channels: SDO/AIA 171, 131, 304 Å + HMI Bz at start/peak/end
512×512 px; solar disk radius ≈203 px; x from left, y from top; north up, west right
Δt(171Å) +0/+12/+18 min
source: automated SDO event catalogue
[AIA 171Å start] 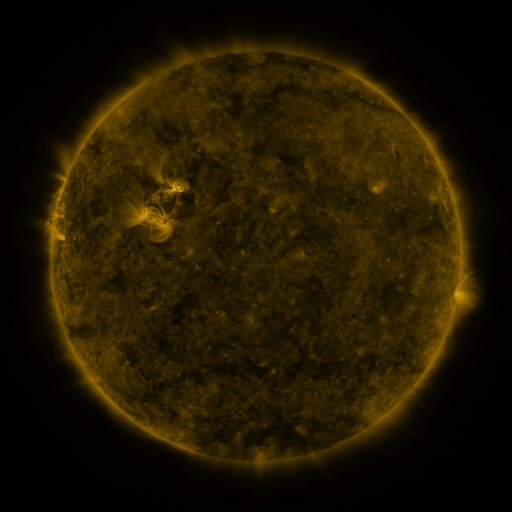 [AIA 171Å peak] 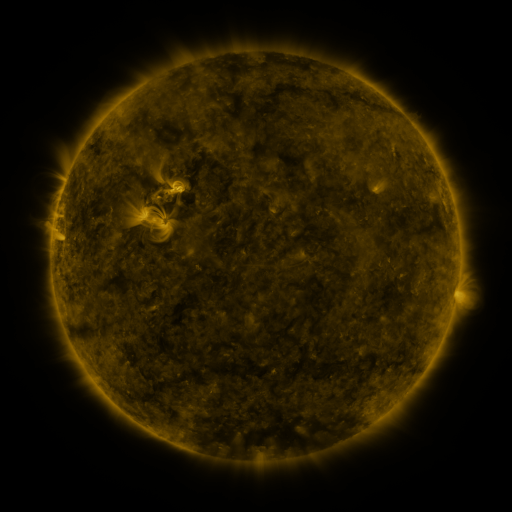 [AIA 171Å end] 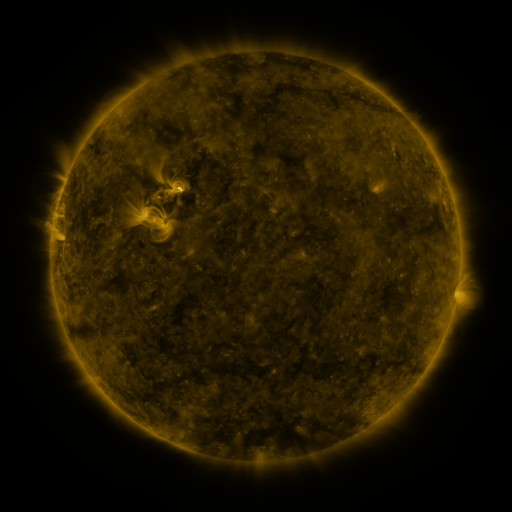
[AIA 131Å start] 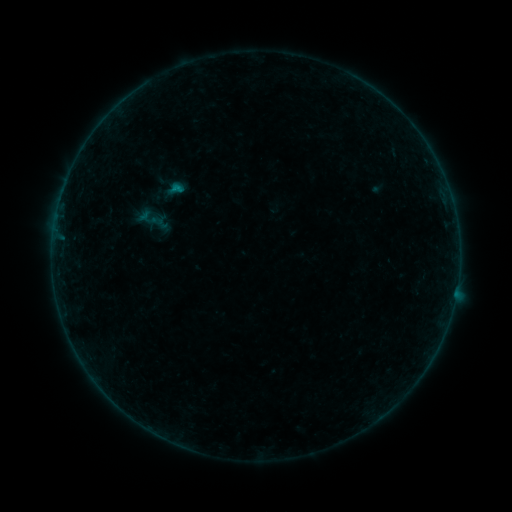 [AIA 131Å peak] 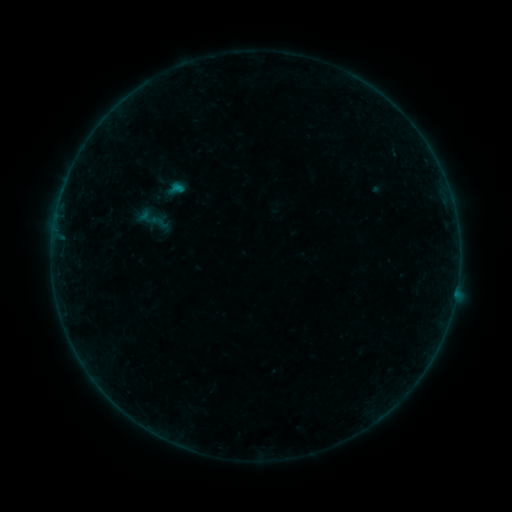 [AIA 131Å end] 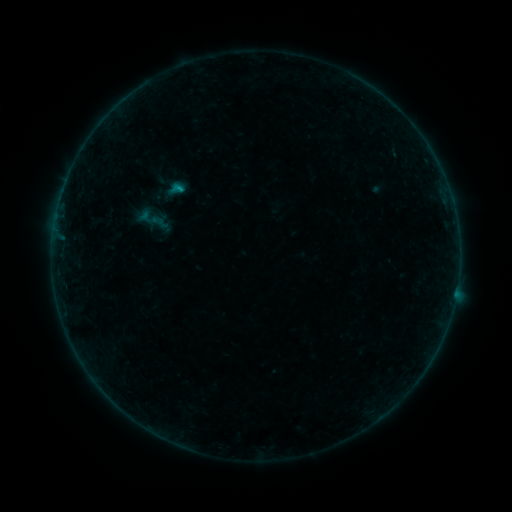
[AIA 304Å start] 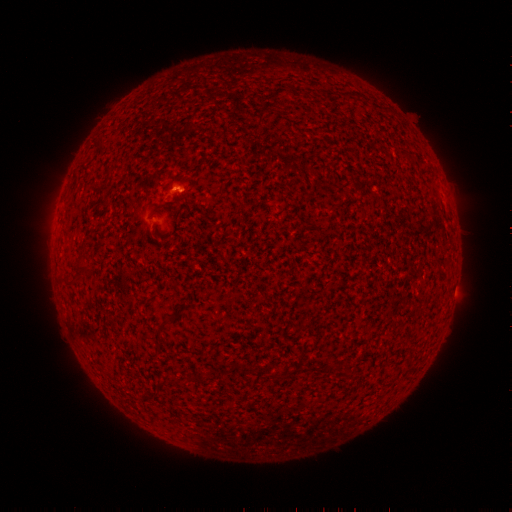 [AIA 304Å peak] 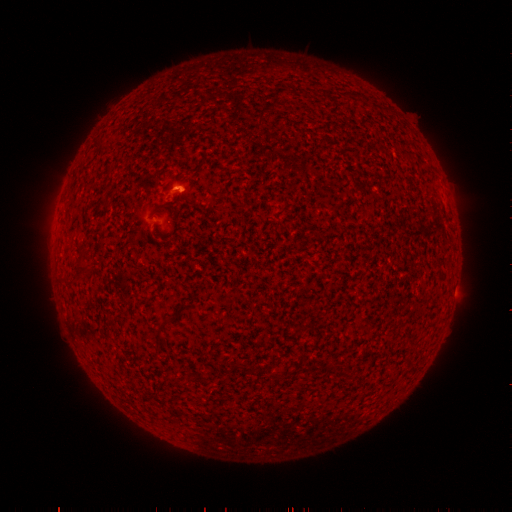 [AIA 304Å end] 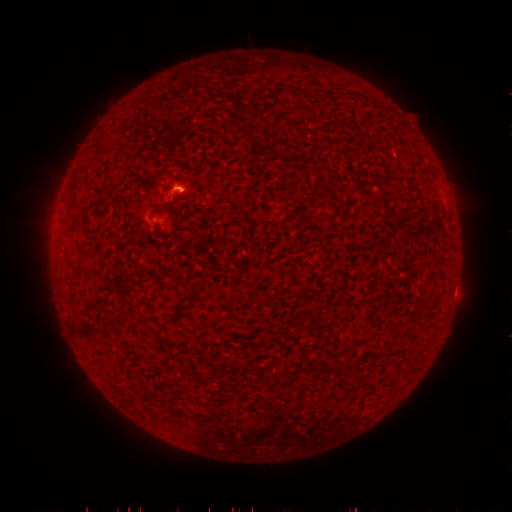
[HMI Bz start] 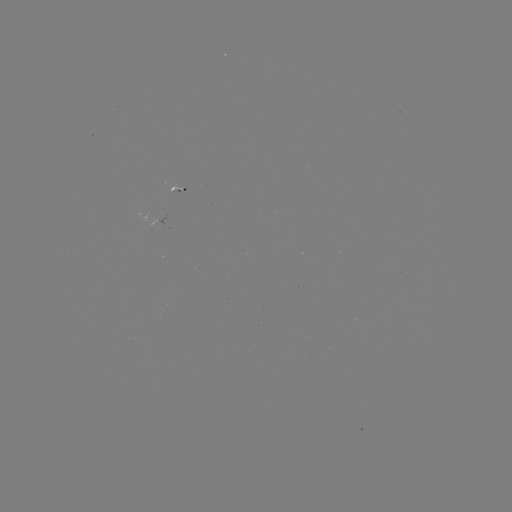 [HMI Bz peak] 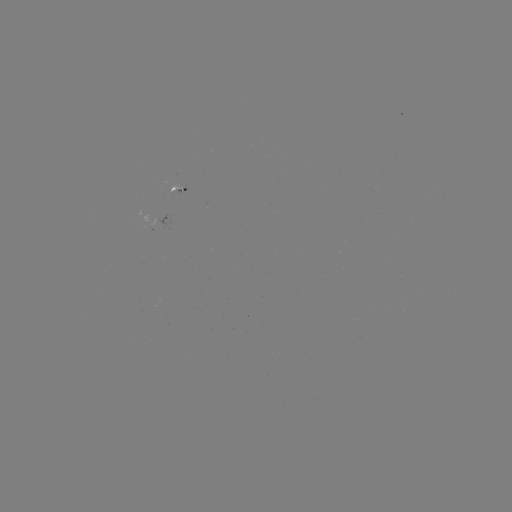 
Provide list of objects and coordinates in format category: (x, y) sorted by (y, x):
B3.0 flare: (181, 189)
